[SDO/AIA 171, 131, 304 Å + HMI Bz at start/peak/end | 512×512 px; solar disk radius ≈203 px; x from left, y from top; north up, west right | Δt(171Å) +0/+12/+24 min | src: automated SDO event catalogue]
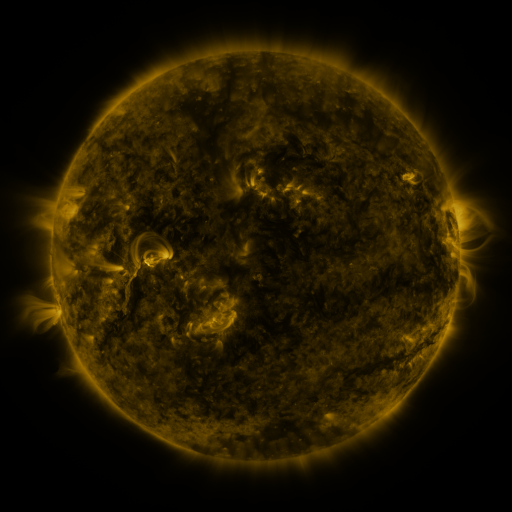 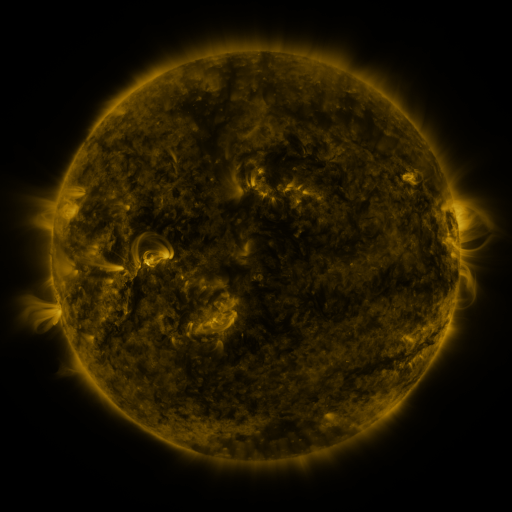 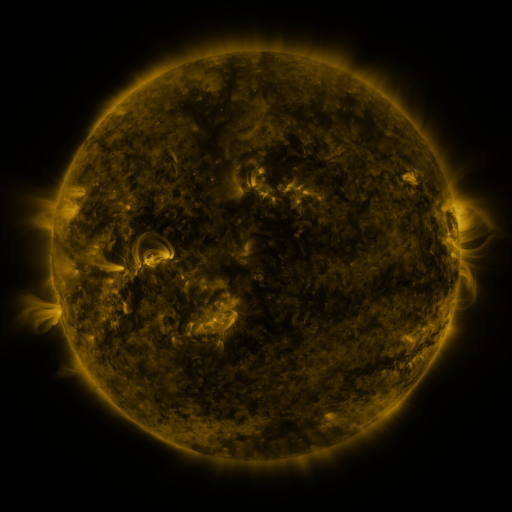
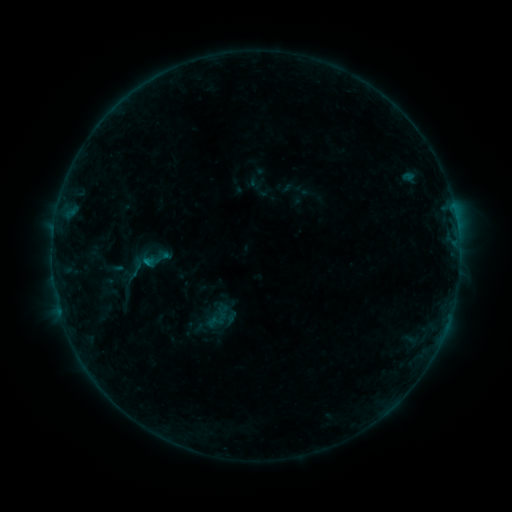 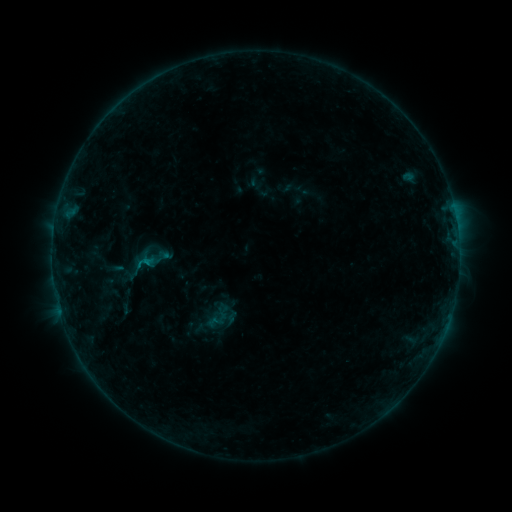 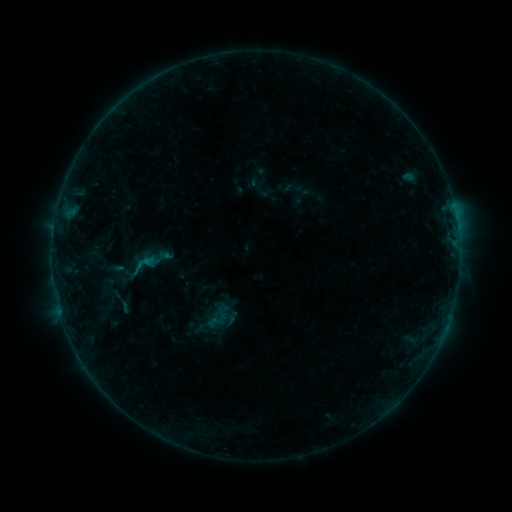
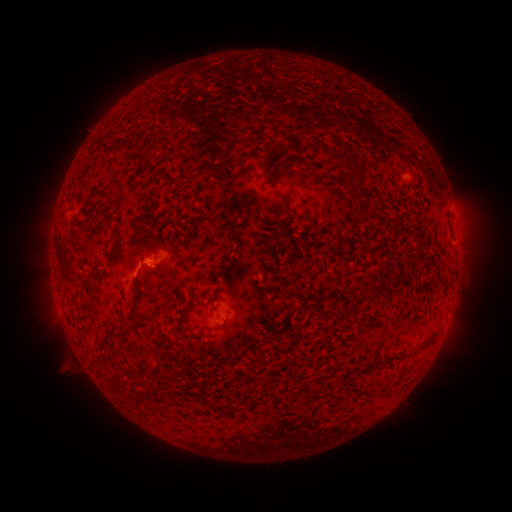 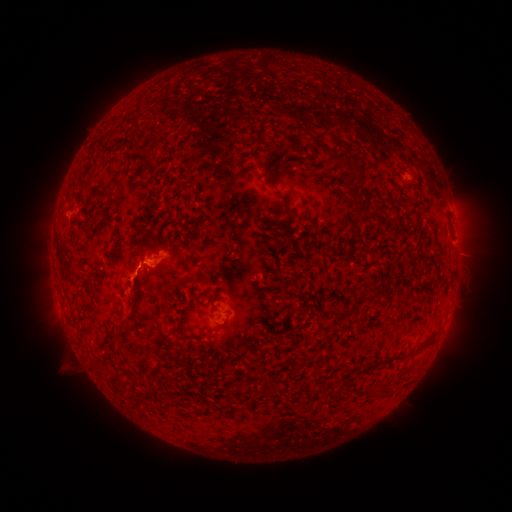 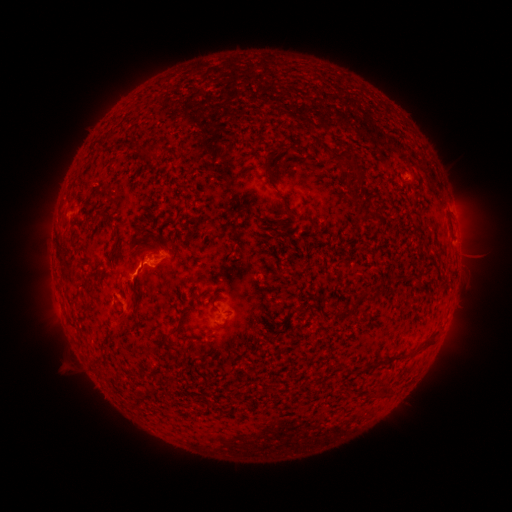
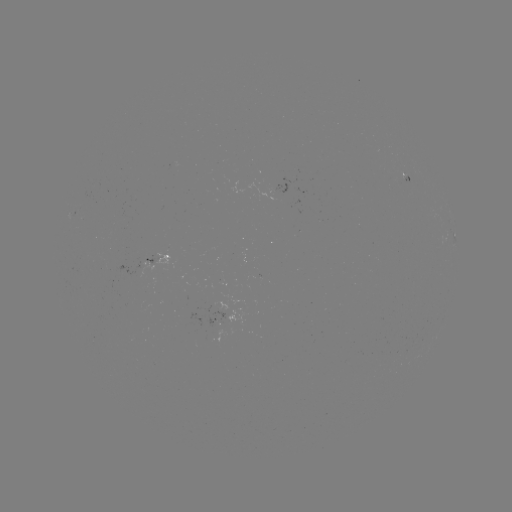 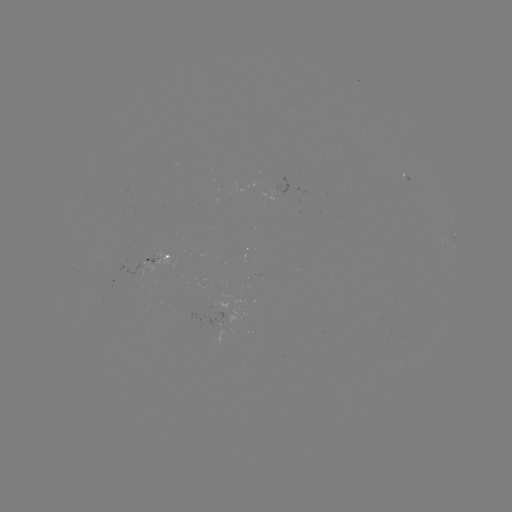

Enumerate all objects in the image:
eruption: (129, 296)
